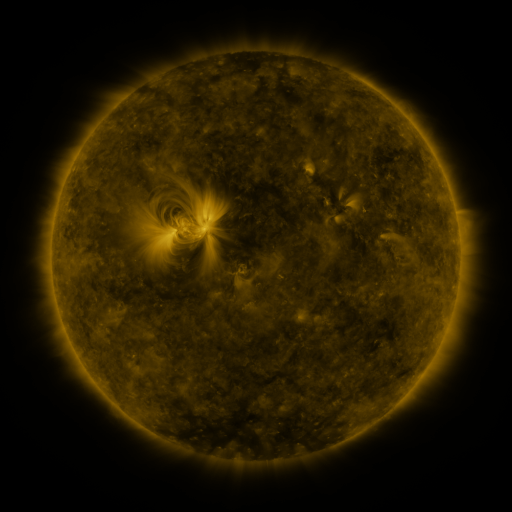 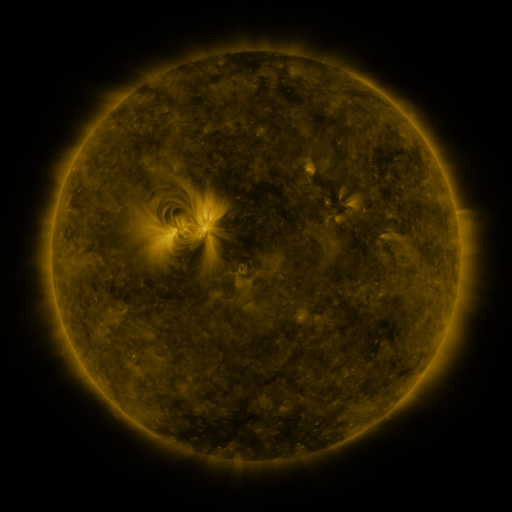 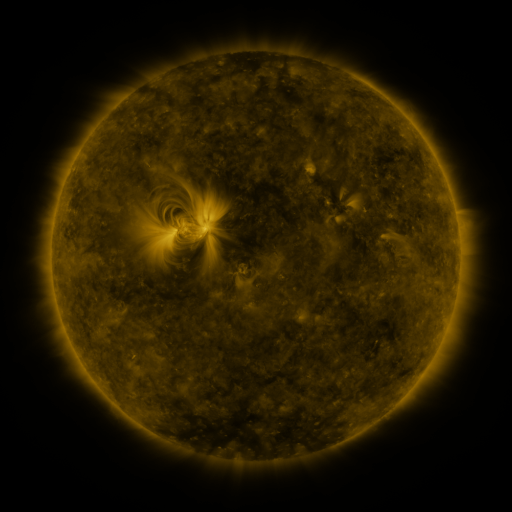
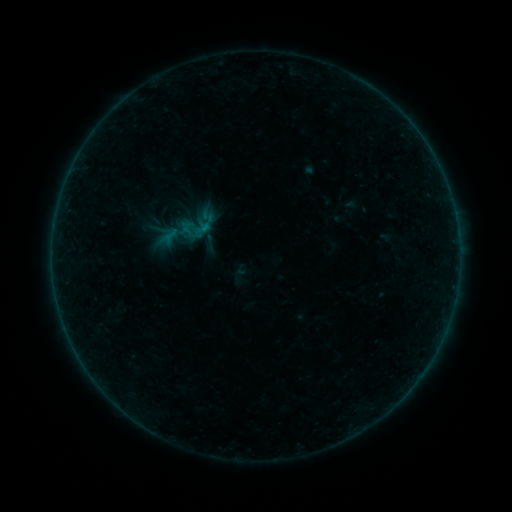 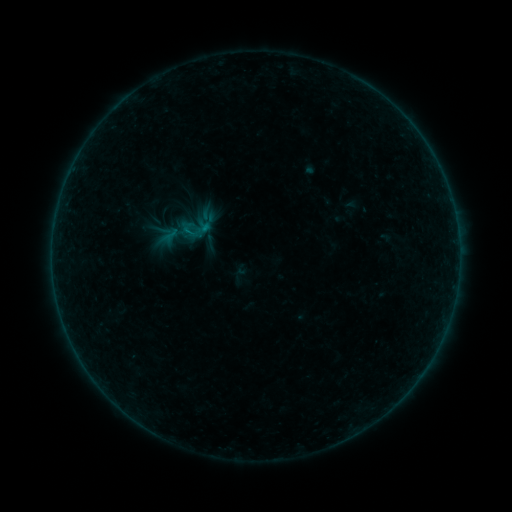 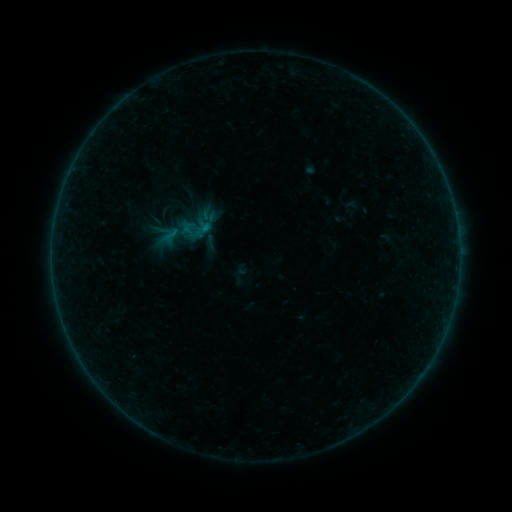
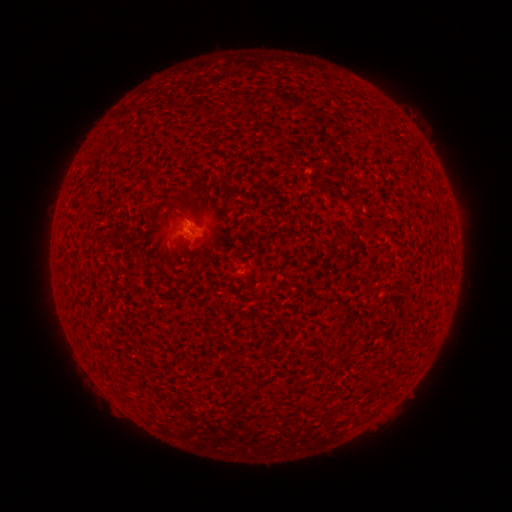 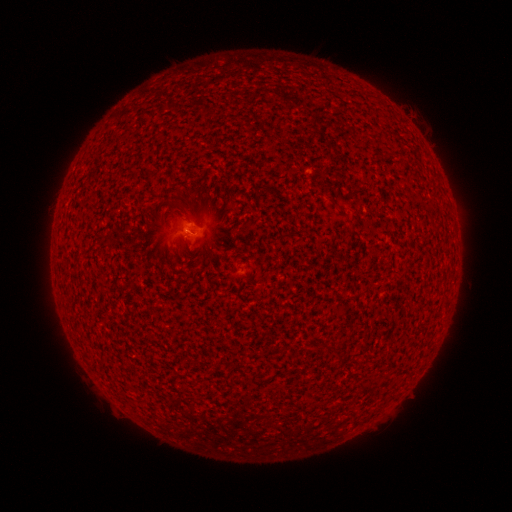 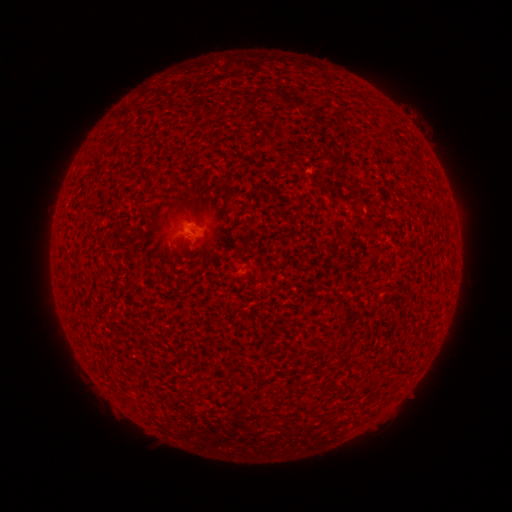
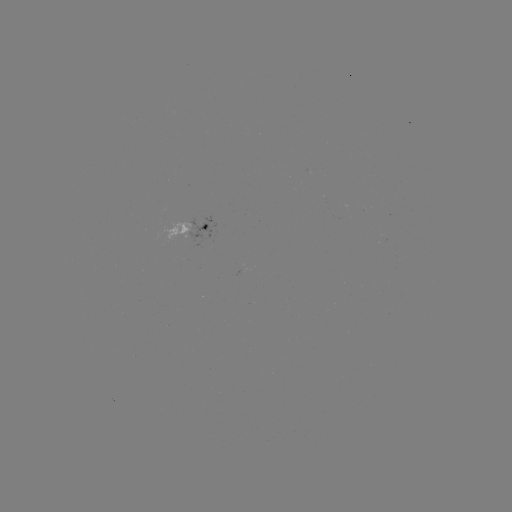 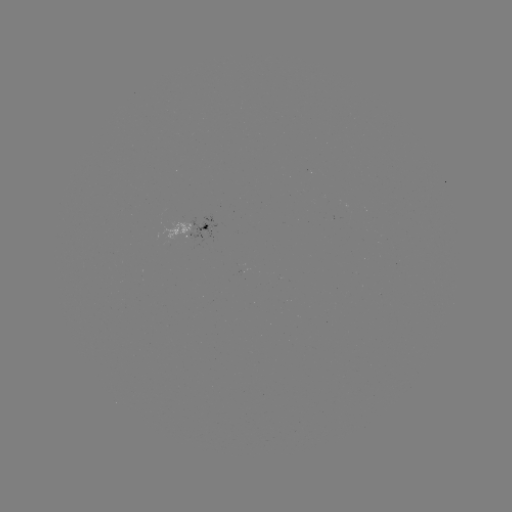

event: flare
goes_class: A7.7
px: (189, 232)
